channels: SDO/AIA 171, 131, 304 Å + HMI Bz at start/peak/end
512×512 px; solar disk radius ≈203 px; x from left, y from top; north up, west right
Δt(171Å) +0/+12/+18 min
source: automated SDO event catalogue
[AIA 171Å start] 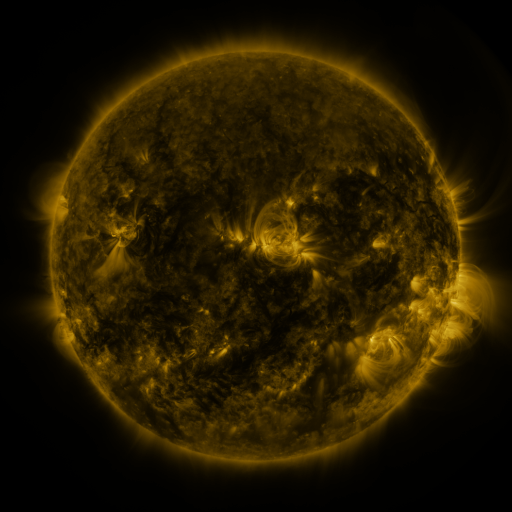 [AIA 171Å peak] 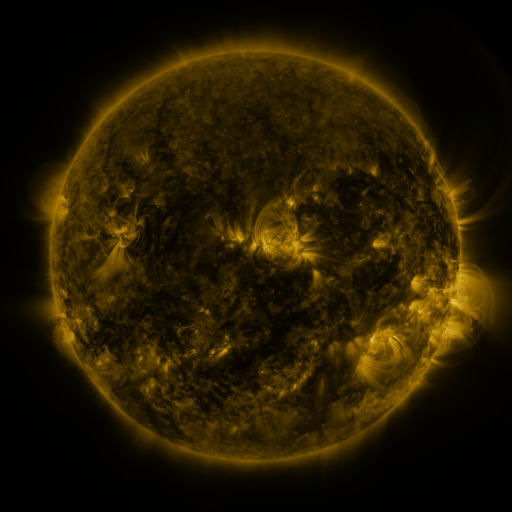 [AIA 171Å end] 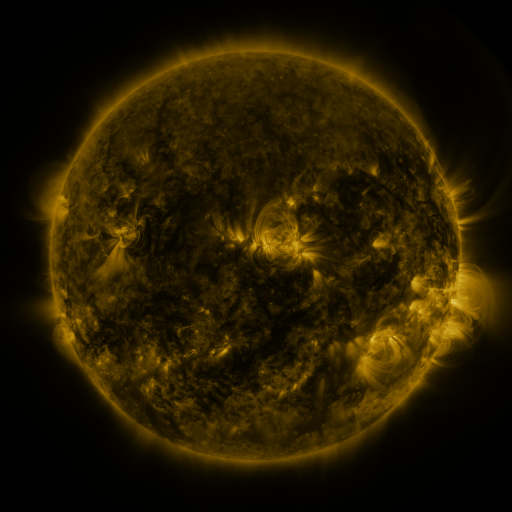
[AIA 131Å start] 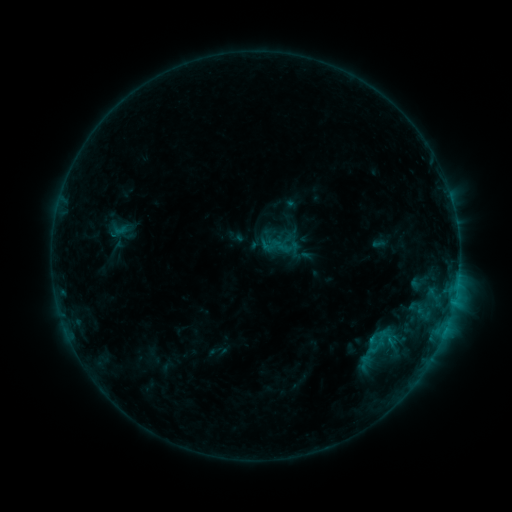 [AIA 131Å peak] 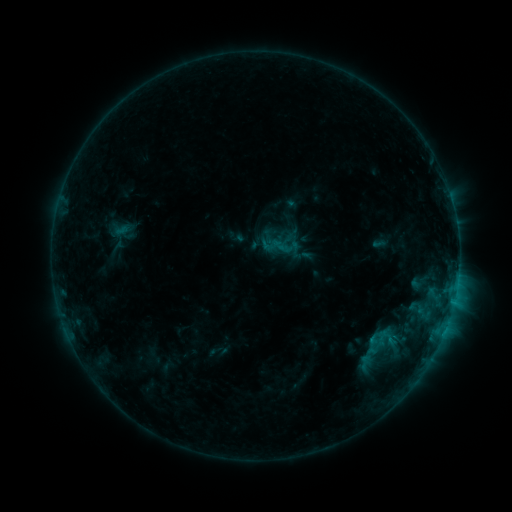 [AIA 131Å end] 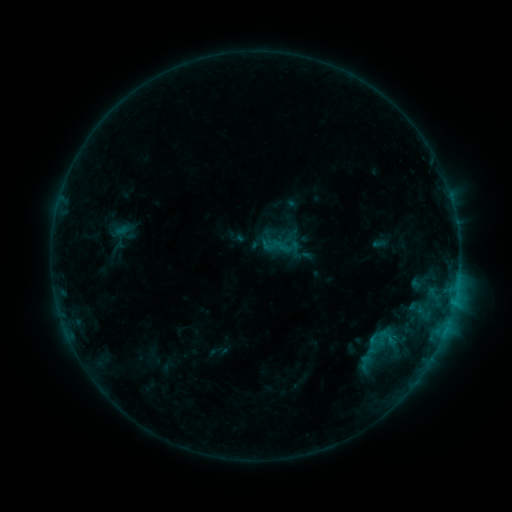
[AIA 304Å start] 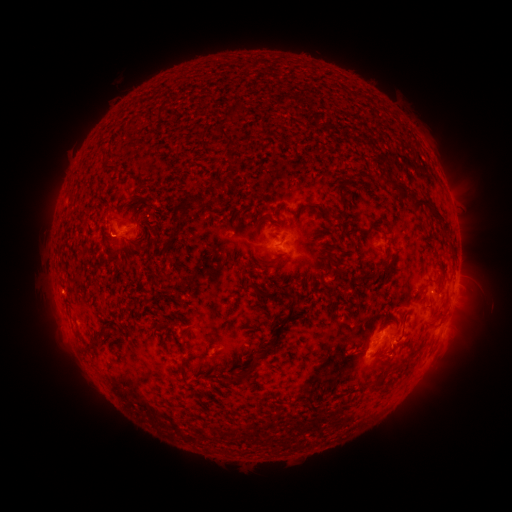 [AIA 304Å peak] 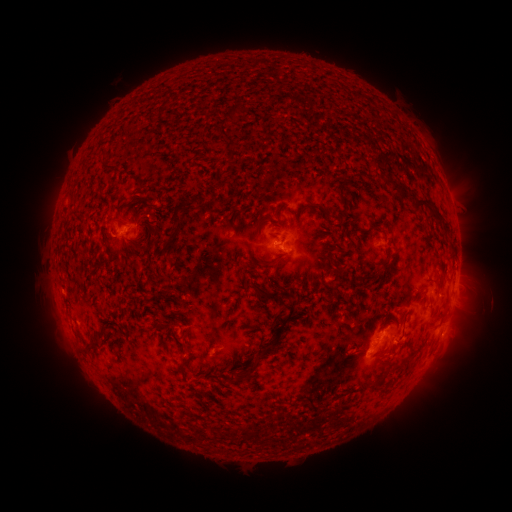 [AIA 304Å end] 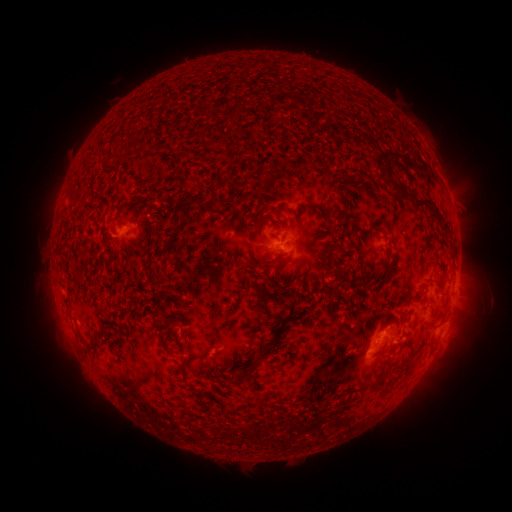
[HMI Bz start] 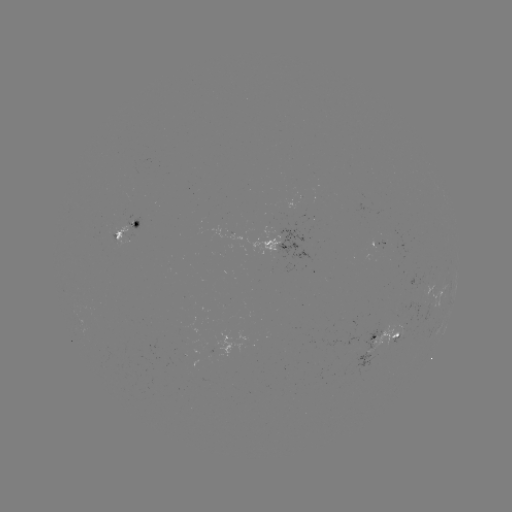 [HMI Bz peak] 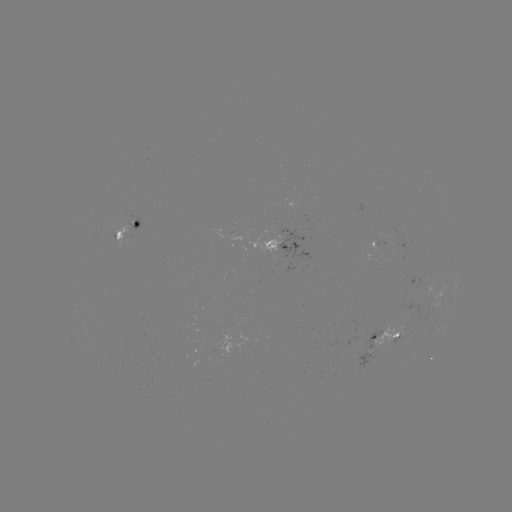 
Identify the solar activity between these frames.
no catalogued flare and no flagged EUV brightening in this window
